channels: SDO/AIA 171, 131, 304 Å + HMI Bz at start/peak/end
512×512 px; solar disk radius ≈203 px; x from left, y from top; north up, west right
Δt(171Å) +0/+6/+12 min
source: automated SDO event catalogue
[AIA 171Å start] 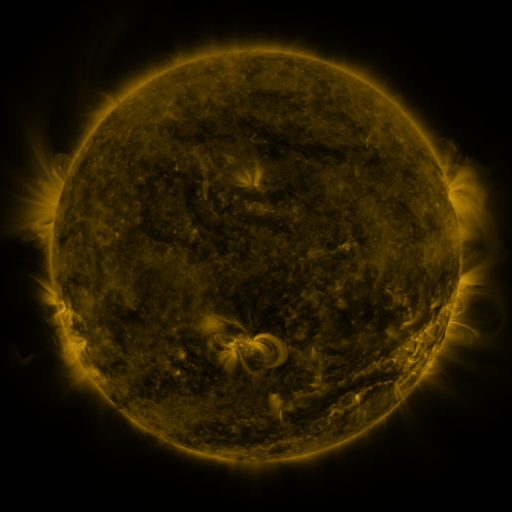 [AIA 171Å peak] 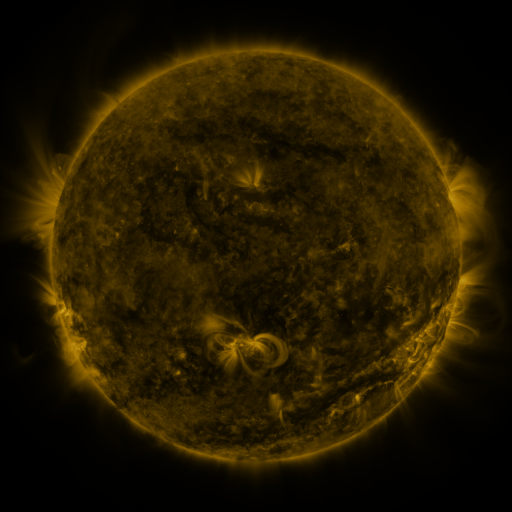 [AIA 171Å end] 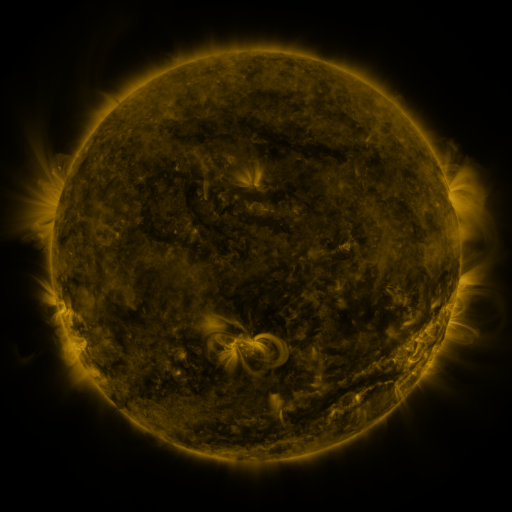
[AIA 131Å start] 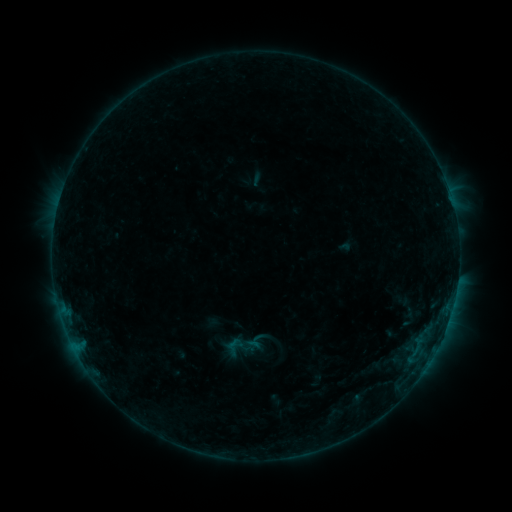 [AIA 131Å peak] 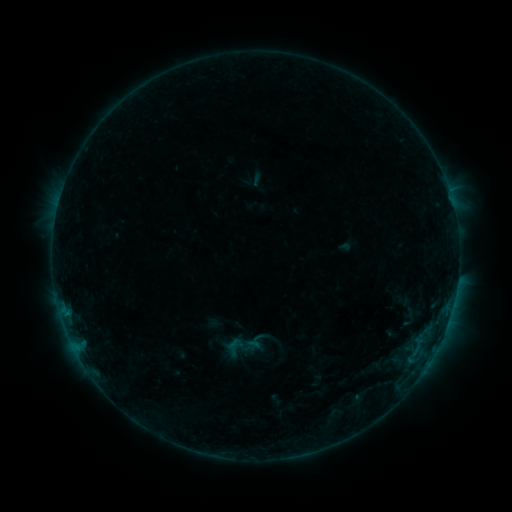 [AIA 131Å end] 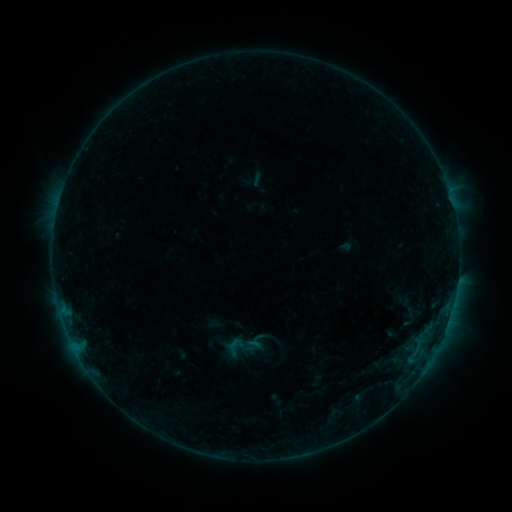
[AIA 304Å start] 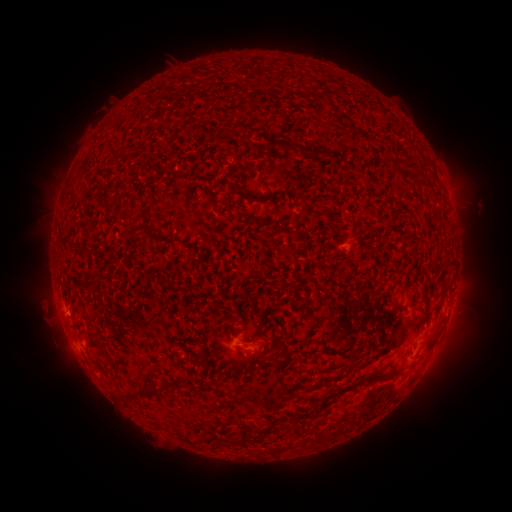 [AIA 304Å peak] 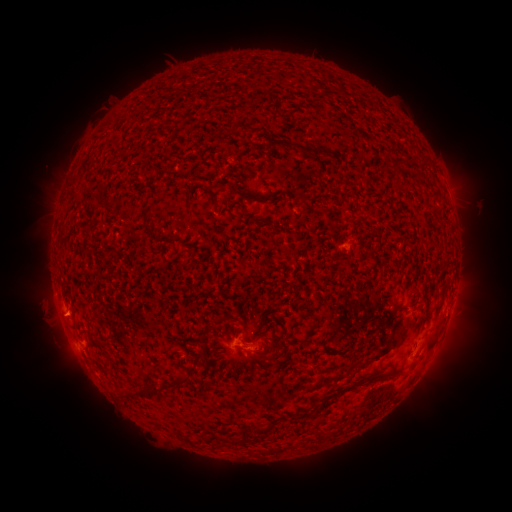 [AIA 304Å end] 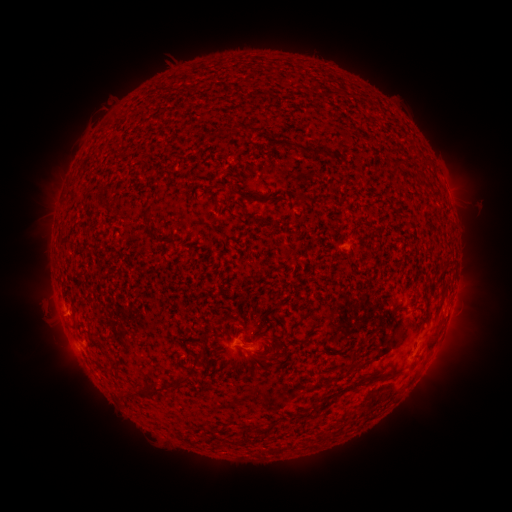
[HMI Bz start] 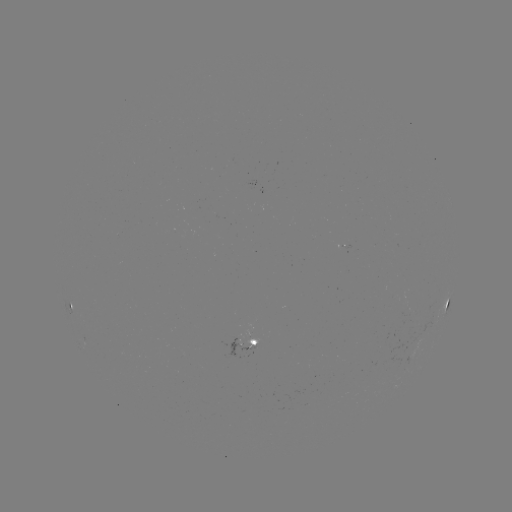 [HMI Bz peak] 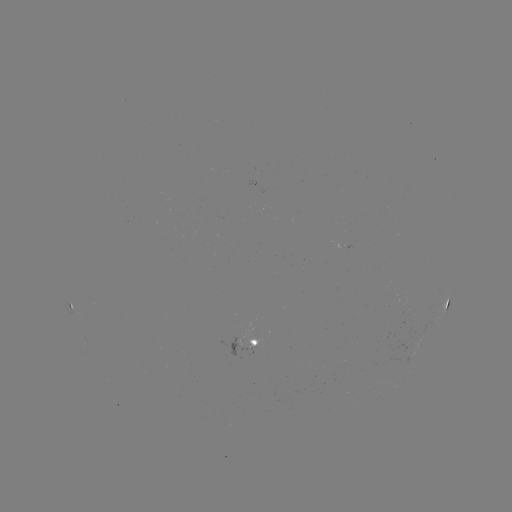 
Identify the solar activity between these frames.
nothing was catalogued: no classed flare, no EUV trigger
